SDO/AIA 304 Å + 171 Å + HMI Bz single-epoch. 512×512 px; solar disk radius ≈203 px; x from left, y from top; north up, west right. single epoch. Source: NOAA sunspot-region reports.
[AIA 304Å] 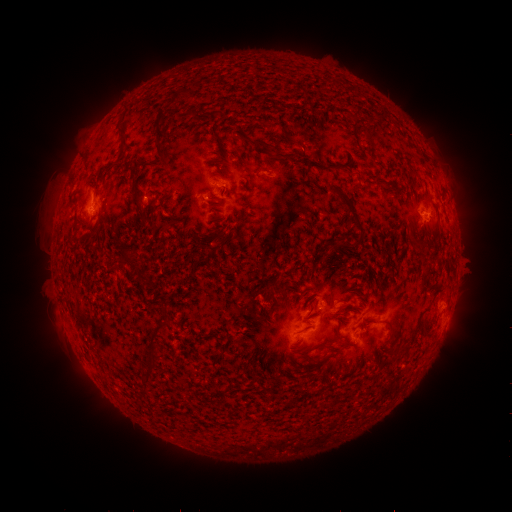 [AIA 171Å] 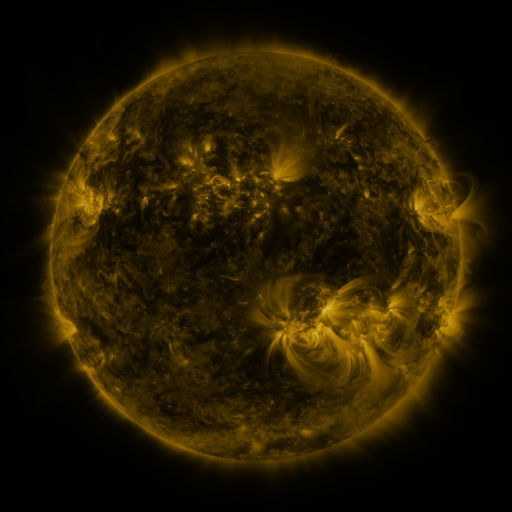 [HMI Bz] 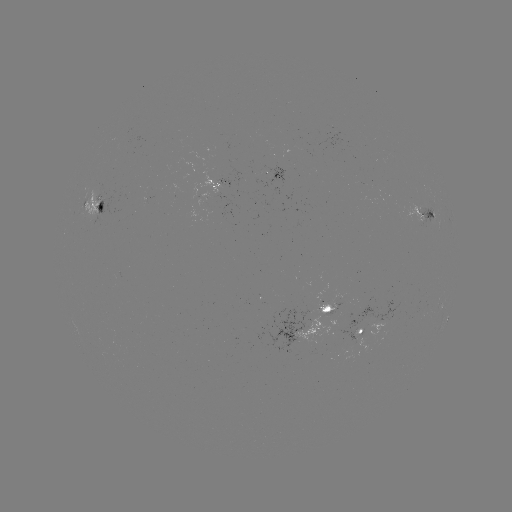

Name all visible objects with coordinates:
spotted active region: (269, 174)
spotted active region: (94, 206)
spotted active region: (426, 214)
spotted active region: (450, 314)
spotted active region: (308, 321)
spotted active region: (365, 329)
